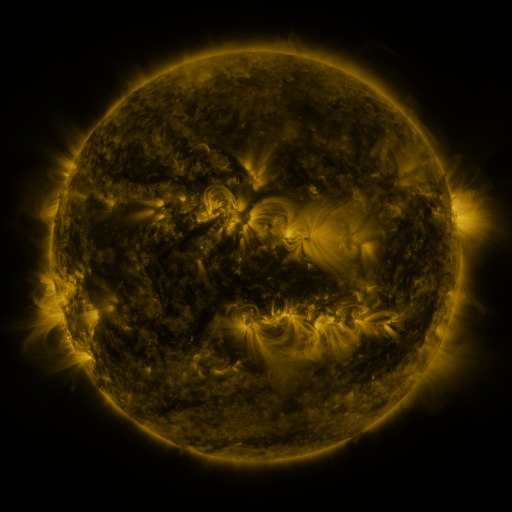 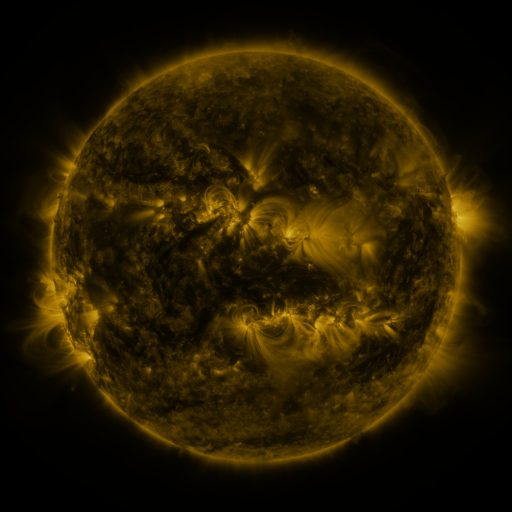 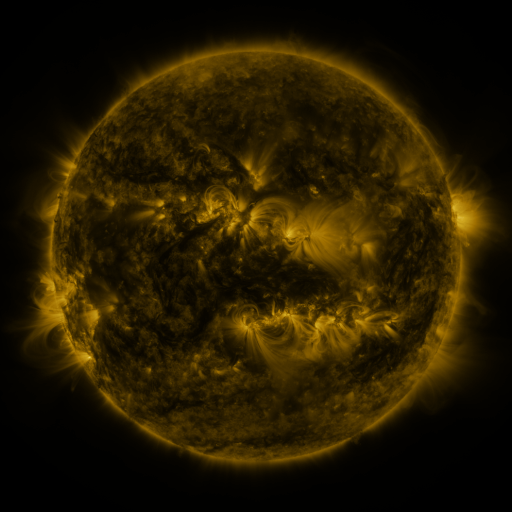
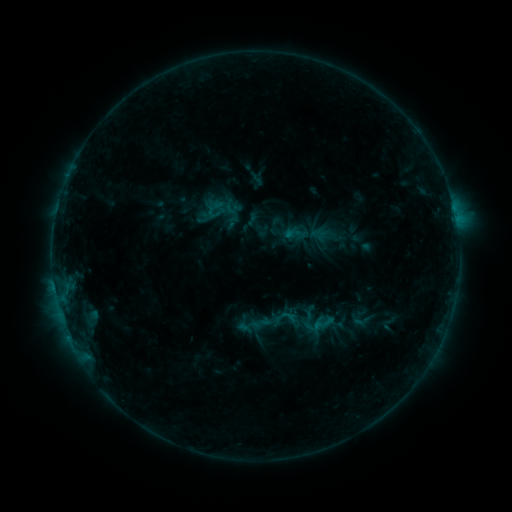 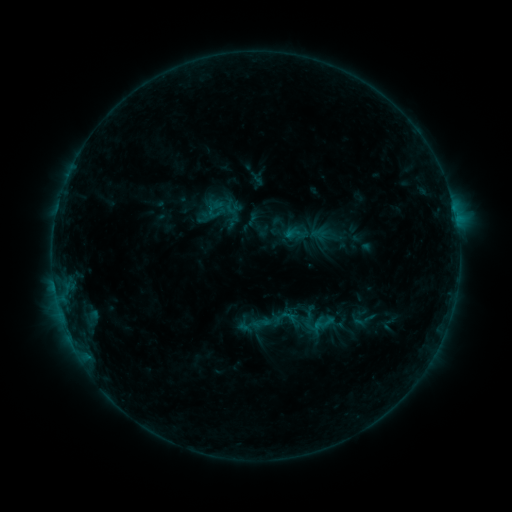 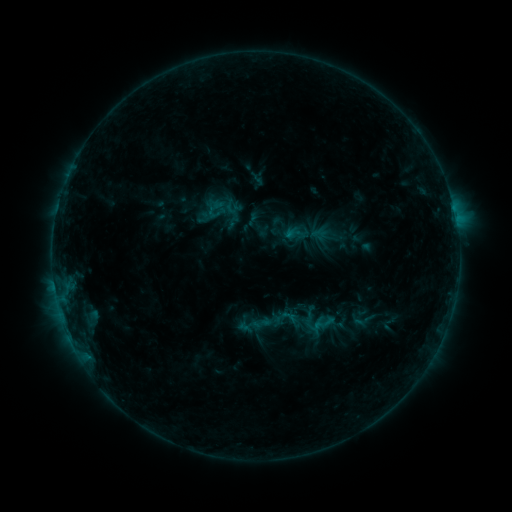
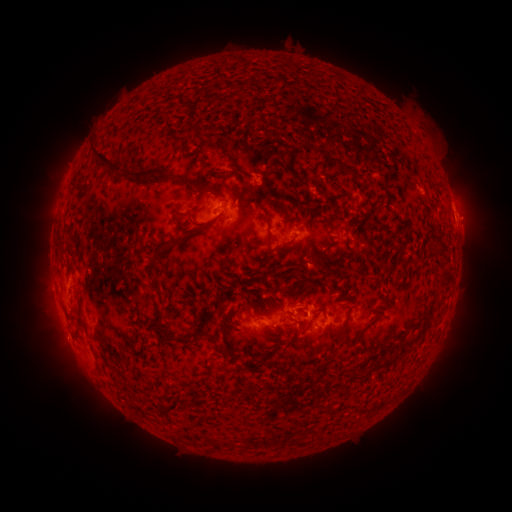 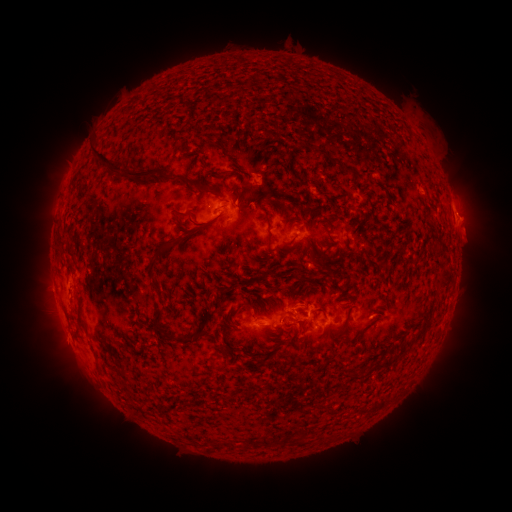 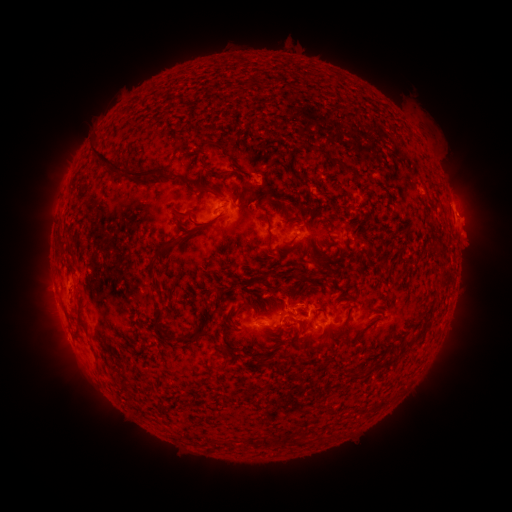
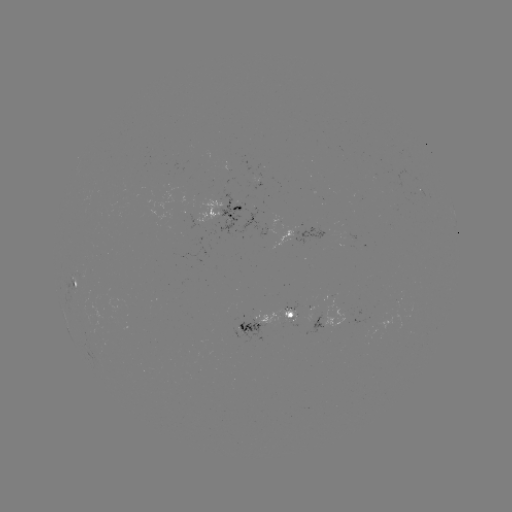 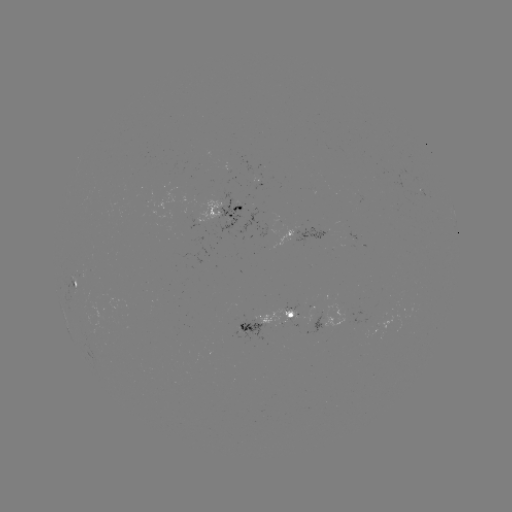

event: eruption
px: (471, 233)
